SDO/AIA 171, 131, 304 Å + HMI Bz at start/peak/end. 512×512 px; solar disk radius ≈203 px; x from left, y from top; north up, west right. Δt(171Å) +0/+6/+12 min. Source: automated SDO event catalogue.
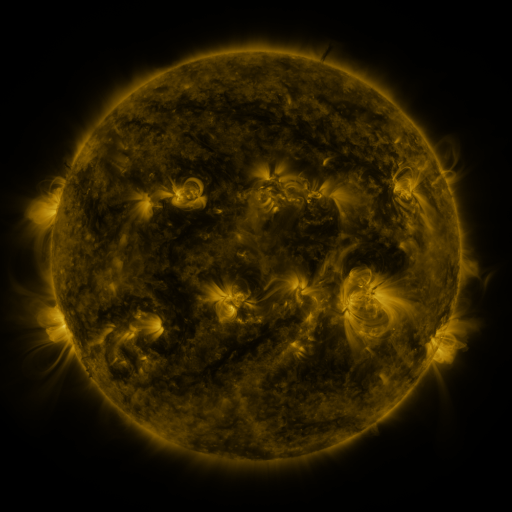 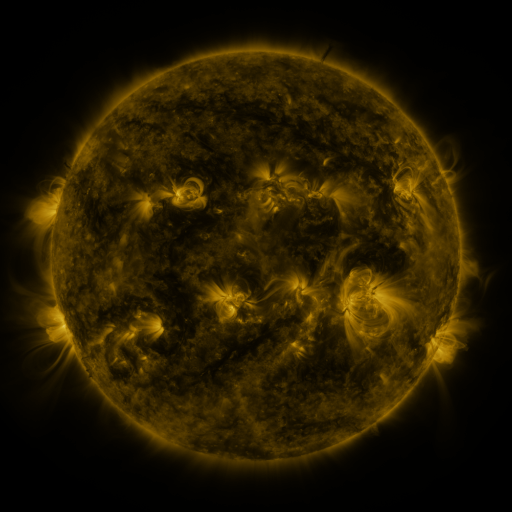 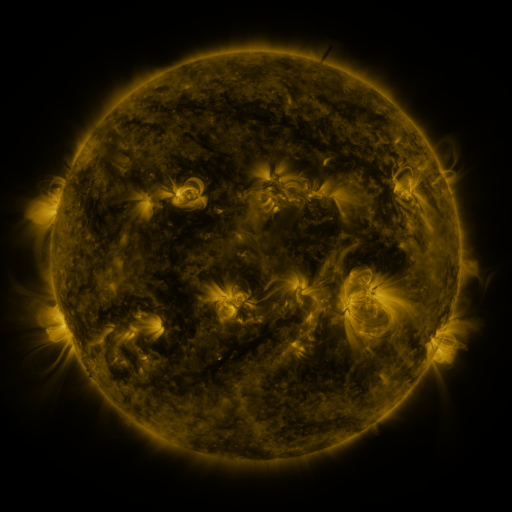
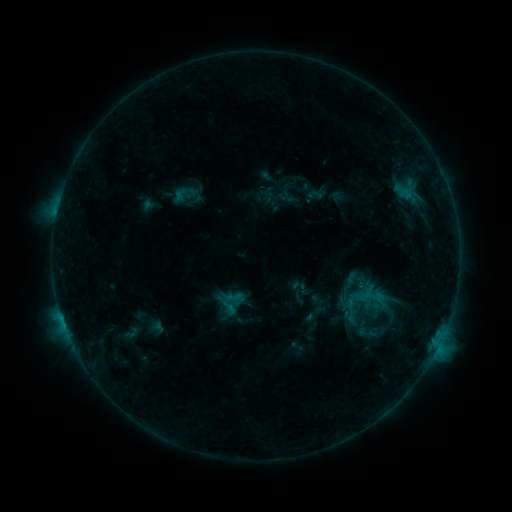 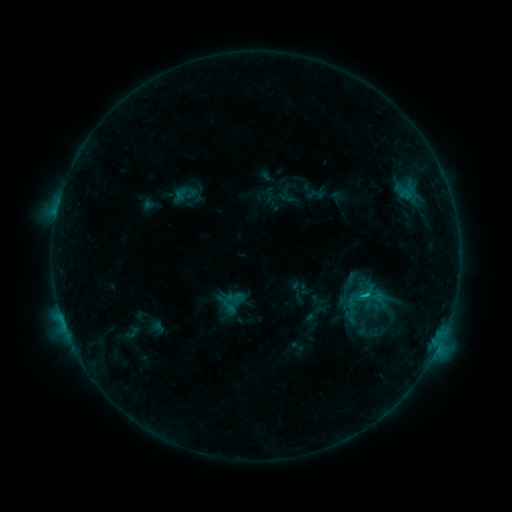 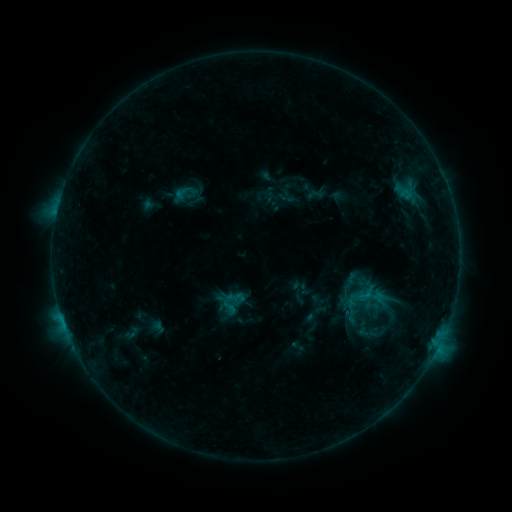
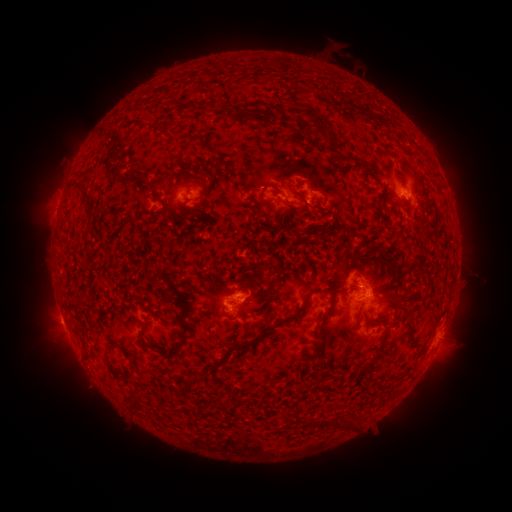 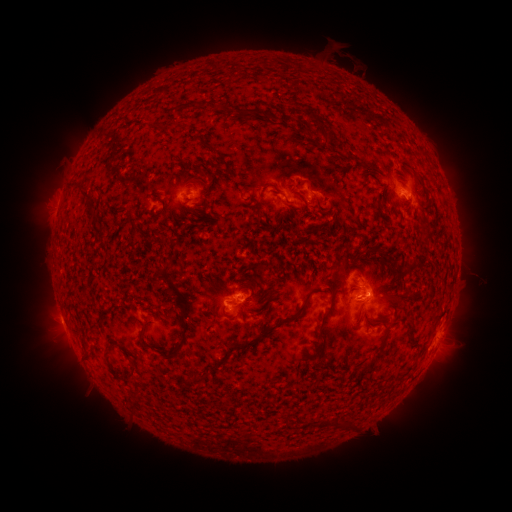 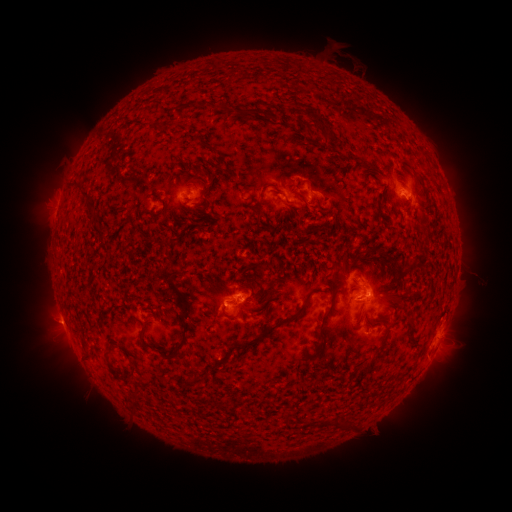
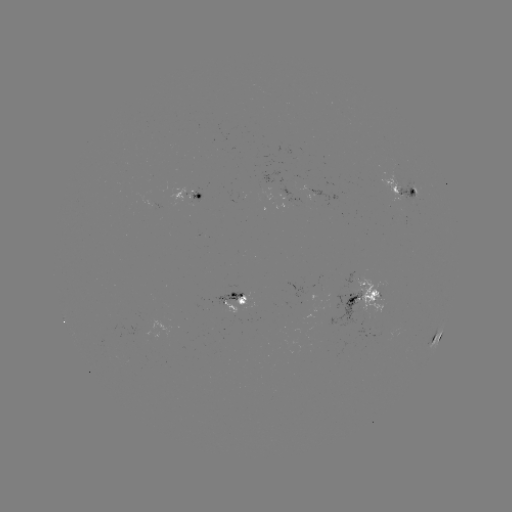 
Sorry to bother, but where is B8.9 flare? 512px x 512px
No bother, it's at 366,294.